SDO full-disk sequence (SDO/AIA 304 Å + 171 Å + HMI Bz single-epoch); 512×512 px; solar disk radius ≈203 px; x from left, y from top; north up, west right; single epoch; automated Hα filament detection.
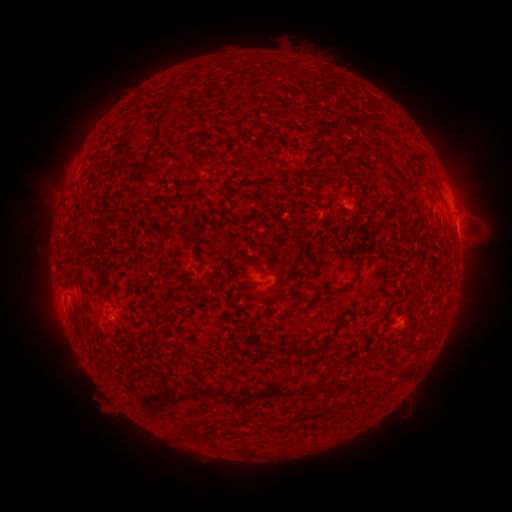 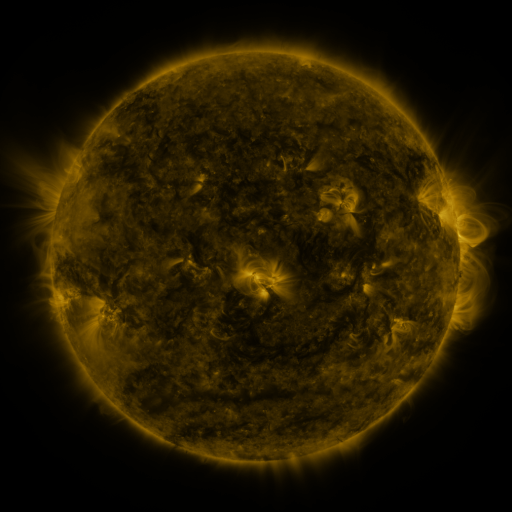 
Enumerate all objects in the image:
filament: <bbox>139, 123, 164, 177</bbox>
filament: <bbox>376, 160, 389, 173</bbox>
filament: <bbox>426, 179, 440, 193</bbox>
filament: <bbox>281, 220, 299, 228</bbox>
filament: <bbox>78, 262, 85, 277</bbox>
filament: <bbox>237, 279, 262, 290</bbox>
filament: <bbox>296, 293, 313, 306</bbox>
filament: <bbox>302, 343, 310, 354</bbox>
filament: <bbox>285, 344, 298, 354</bbox>
filament: <bbox>261, 345, 271, 355</bbox>
filament: <bbox>263, 419, 271, 433</bbox>
filament: <bbox>193, 427, 201, 438</bbox>
filament: <bbox>215, 427, 236, 437</bbox>
